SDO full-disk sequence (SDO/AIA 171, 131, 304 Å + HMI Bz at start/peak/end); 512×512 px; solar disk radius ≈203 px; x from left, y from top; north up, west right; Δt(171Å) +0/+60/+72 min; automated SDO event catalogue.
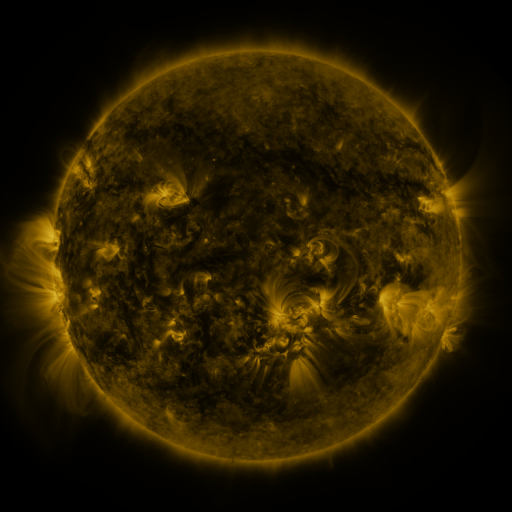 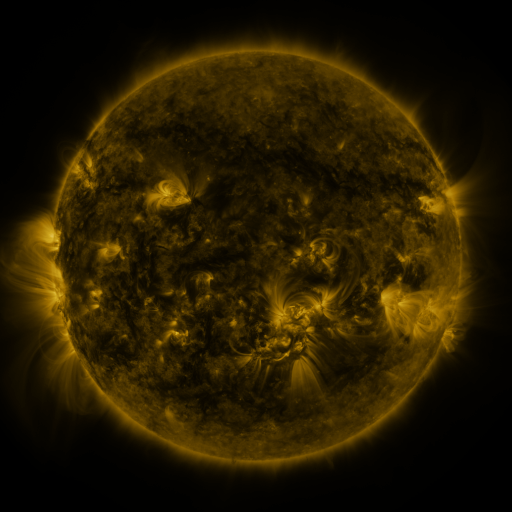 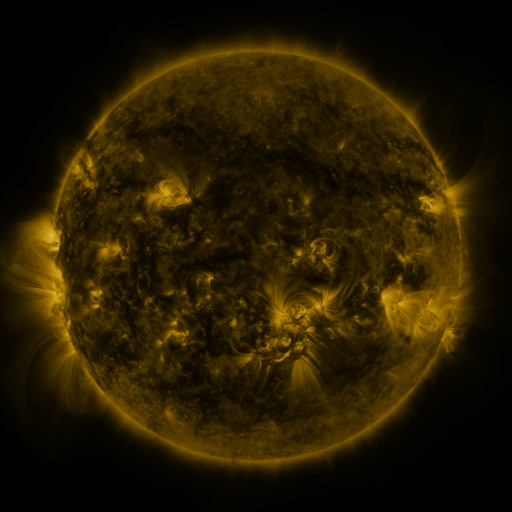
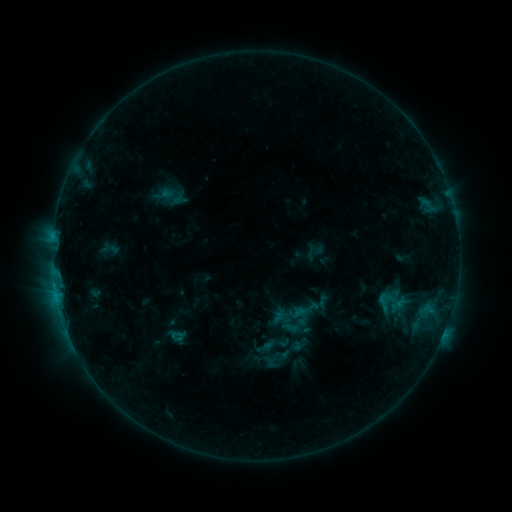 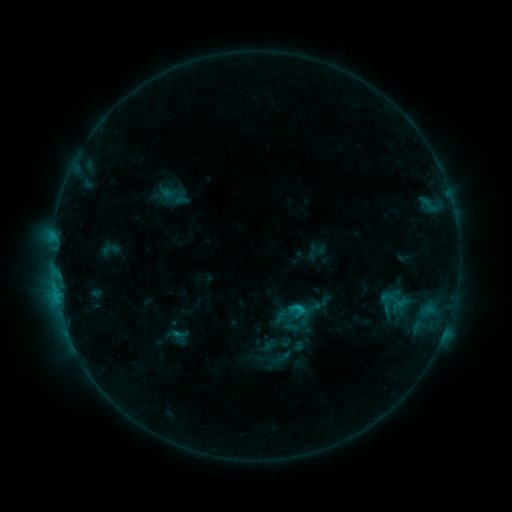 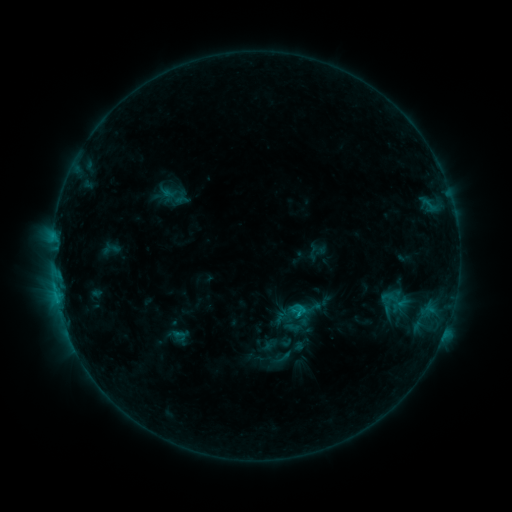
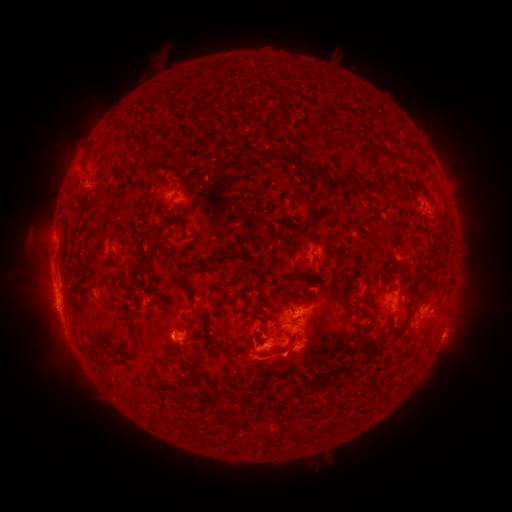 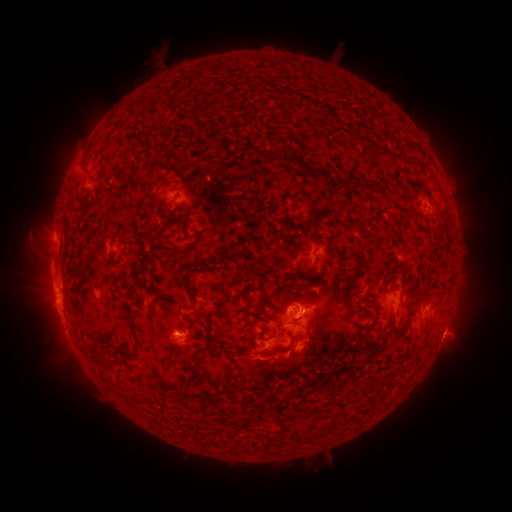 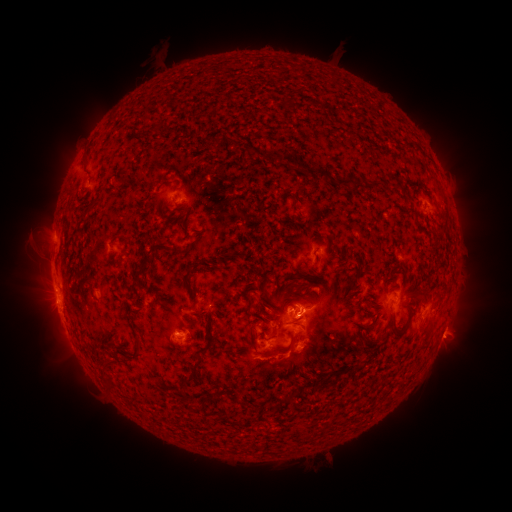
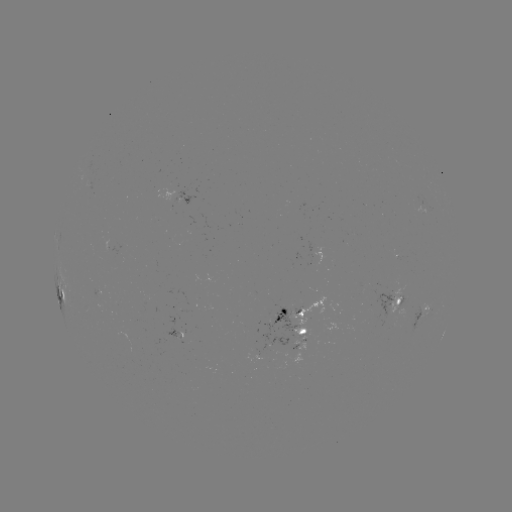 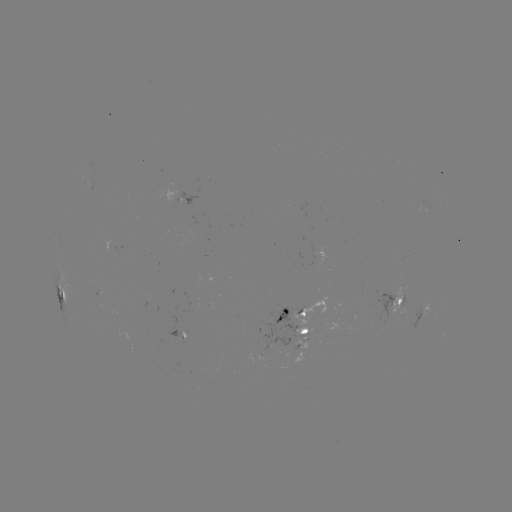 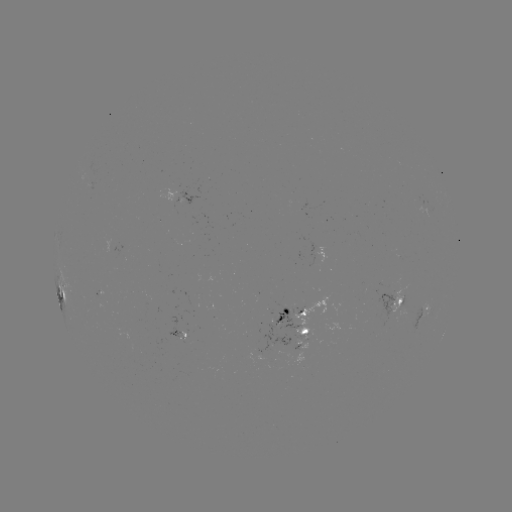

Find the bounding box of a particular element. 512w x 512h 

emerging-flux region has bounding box [169, 318, 187, 341].